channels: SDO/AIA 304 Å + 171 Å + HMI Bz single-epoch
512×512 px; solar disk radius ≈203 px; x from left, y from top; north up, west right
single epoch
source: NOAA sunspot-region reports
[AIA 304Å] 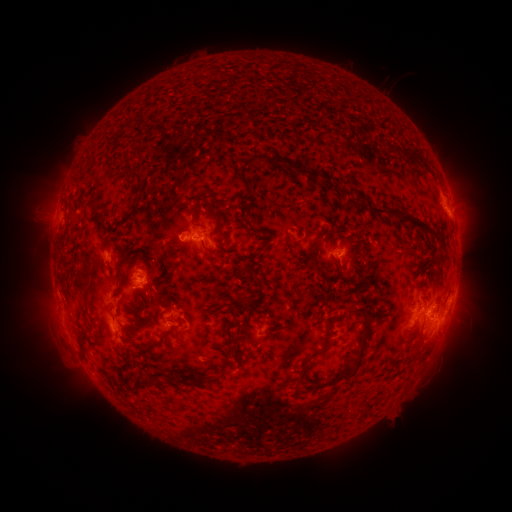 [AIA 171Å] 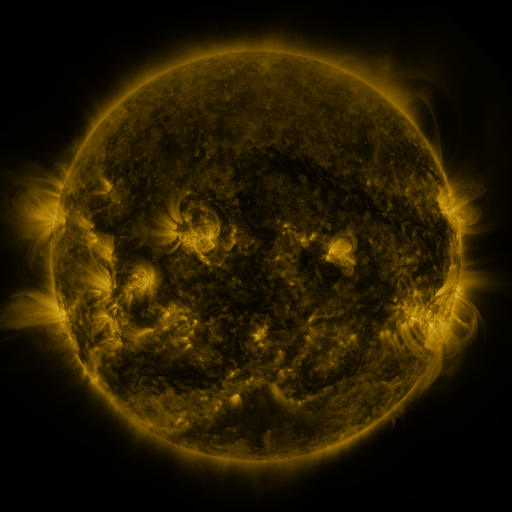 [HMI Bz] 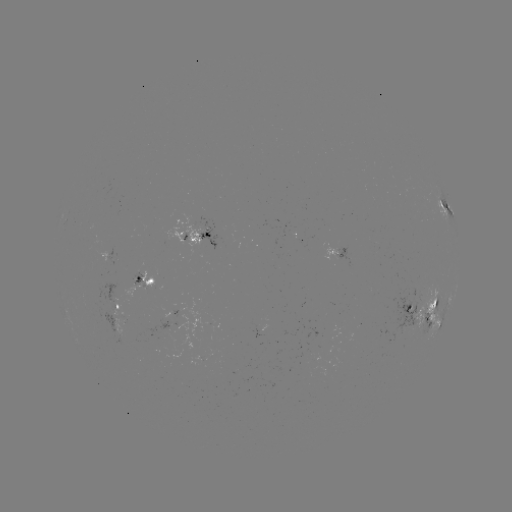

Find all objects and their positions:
spotted active region: (446, 201)
spotted active region: (200, 236)
spotted active region: (300, 236)
spotted active region: (341, 249)
spotted active region: (456, 279)
spotted active region: (148, 286)
spotted active region: (424, 303)
spotted active region: (177, 309)
spotted active region: (124, 312)
spotted active region: (436, 314)
